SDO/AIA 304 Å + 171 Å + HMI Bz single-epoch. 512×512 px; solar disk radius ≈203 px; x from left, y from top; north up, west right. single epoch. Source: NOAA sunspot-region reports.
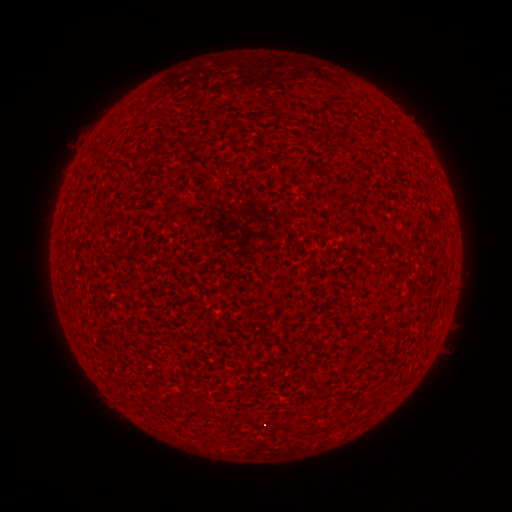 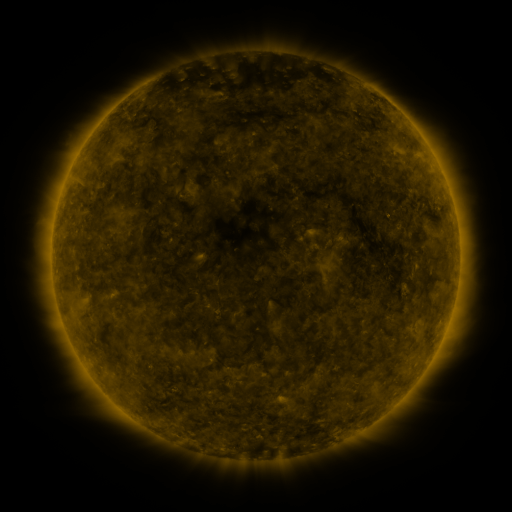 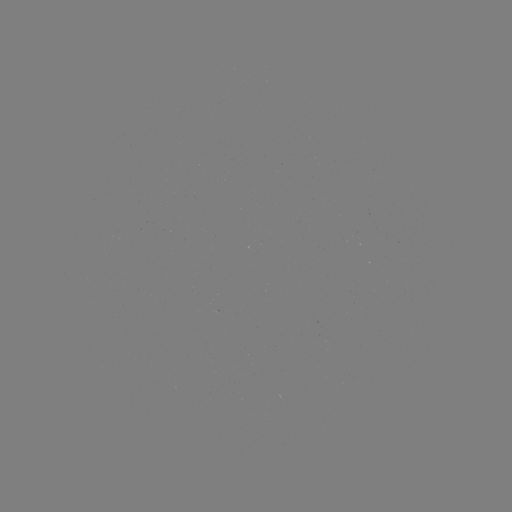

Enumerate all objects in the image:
(none)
